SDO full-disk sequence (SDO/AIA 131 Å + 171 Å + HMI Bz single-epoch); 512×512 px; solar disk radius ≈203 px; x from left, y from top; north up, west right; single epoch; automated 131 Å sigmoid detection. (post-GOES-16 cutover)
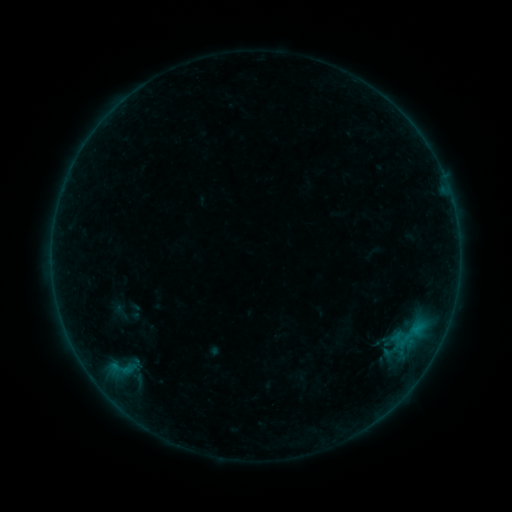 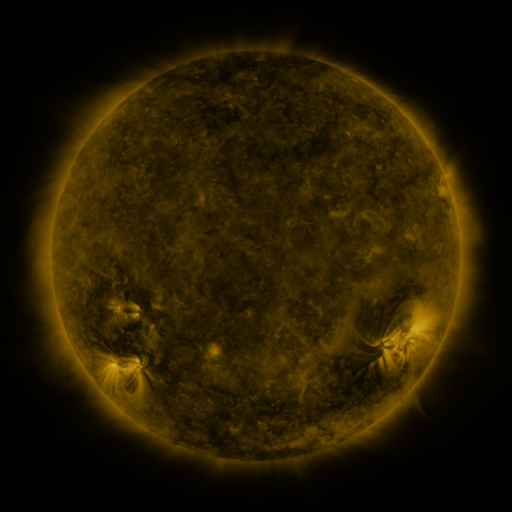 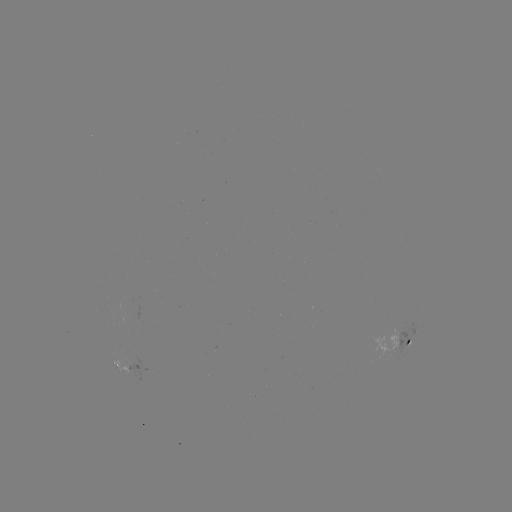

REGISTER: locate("sigmoid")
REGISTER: [120, 312]